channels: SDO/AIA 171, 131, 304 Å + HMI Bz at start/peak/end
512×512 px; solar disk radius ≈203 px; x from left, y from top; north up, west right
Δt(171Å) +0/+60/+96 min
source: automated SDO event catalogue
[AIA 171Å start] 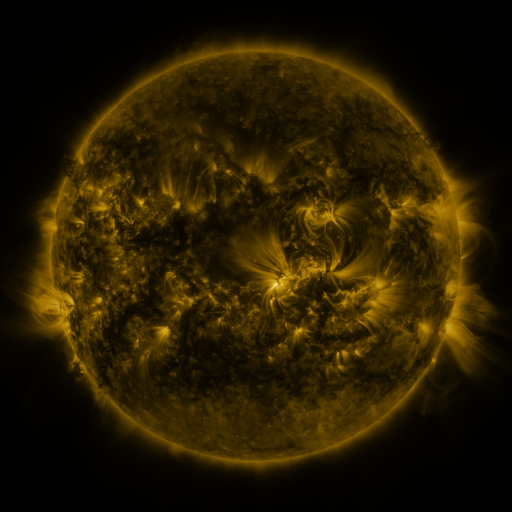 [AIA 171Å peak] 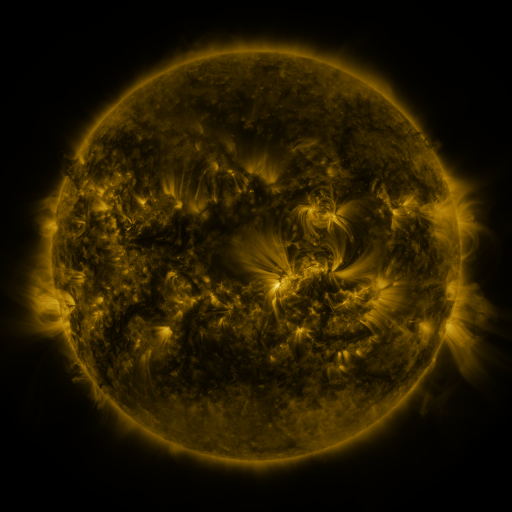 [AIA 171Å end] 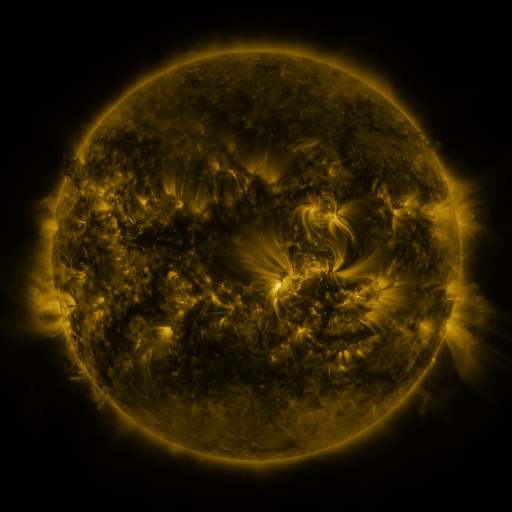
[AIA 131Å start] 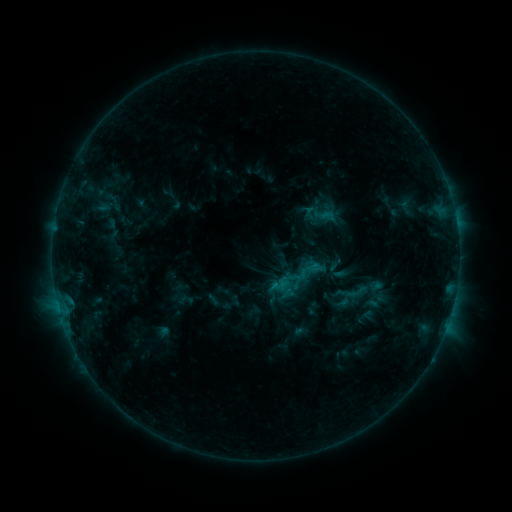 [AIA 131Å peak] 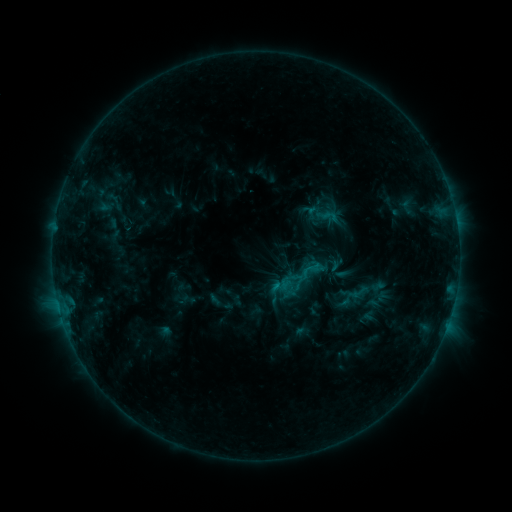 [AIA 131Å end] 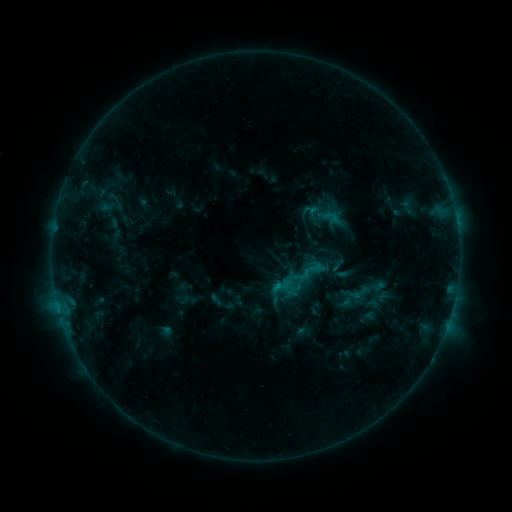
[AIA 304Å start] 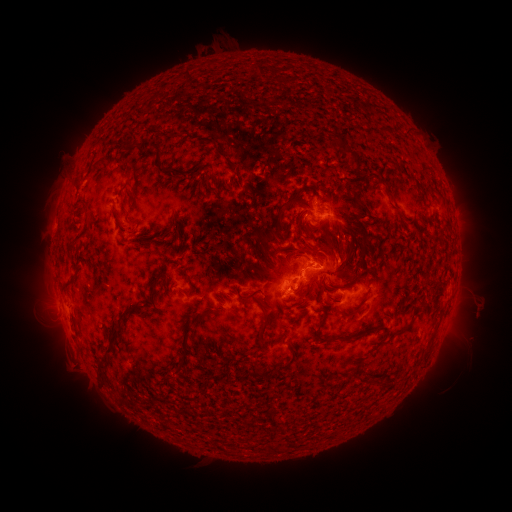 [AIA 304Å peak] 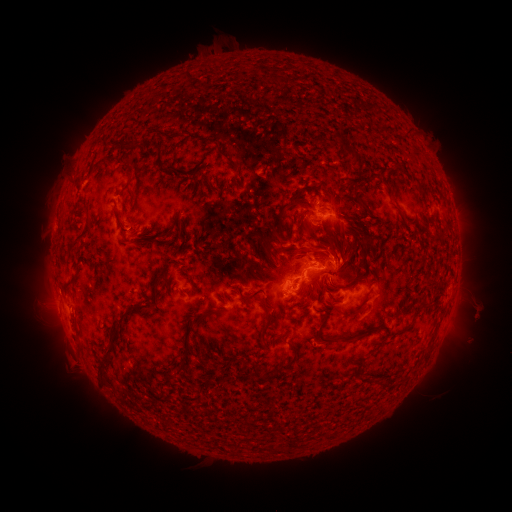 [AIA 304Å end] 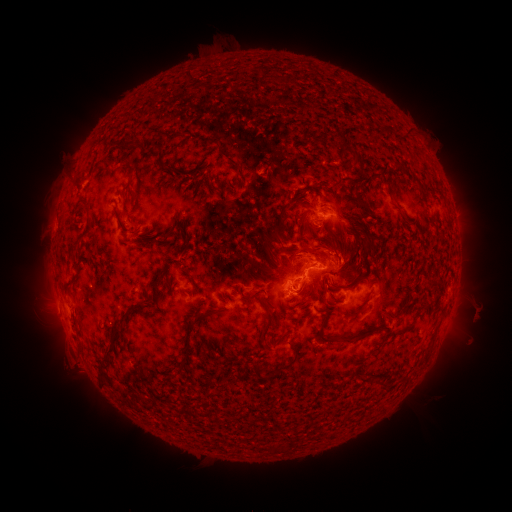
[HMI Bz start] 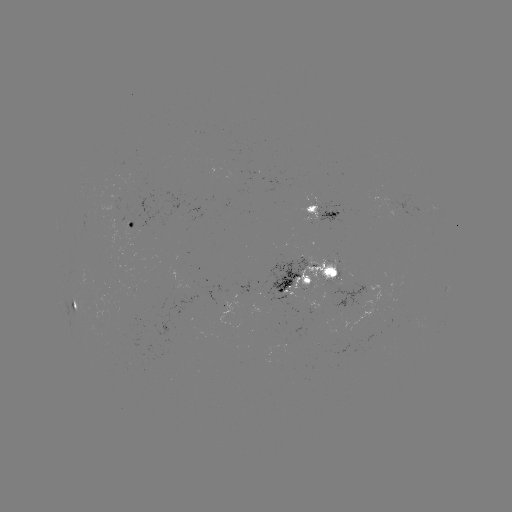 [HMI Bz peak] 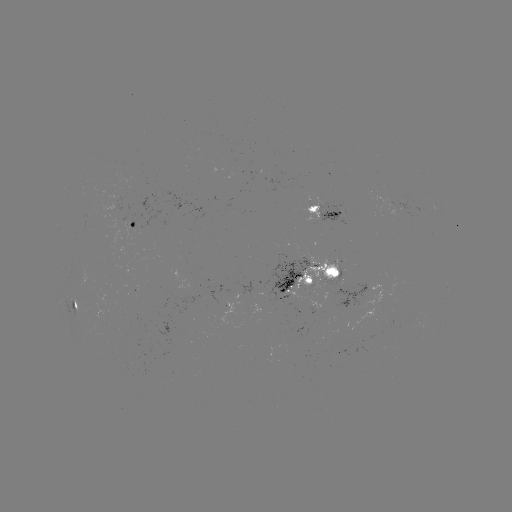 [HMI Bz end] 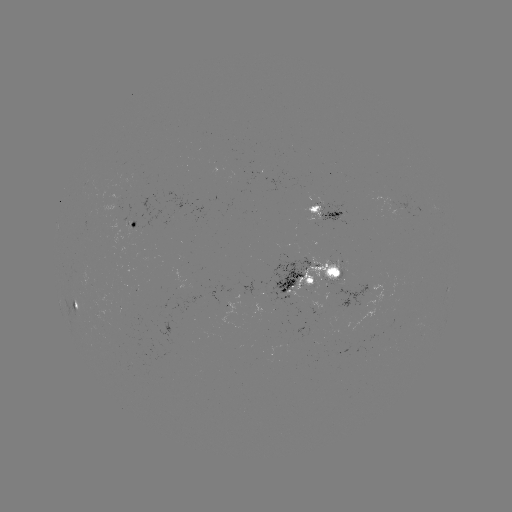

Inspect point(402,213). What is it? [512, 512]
emerging-flux region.